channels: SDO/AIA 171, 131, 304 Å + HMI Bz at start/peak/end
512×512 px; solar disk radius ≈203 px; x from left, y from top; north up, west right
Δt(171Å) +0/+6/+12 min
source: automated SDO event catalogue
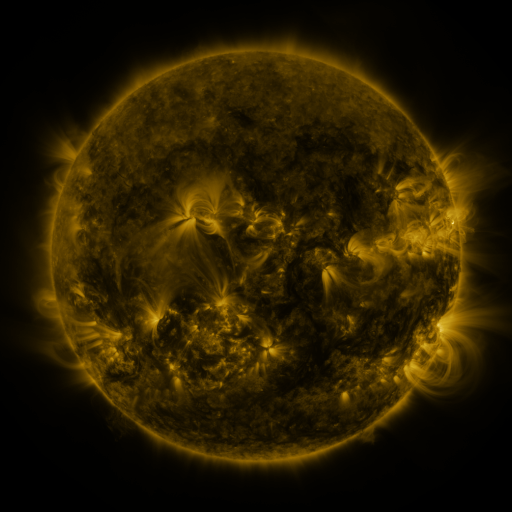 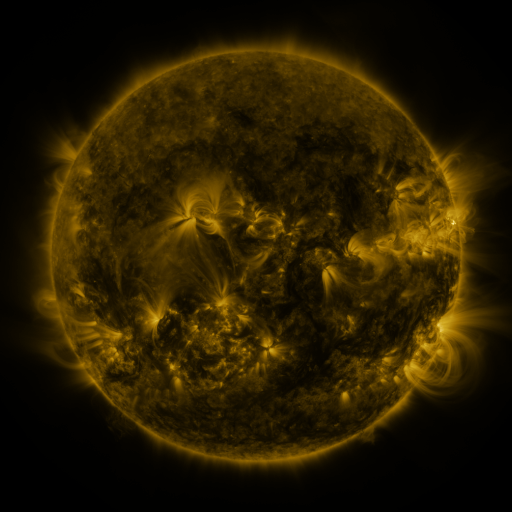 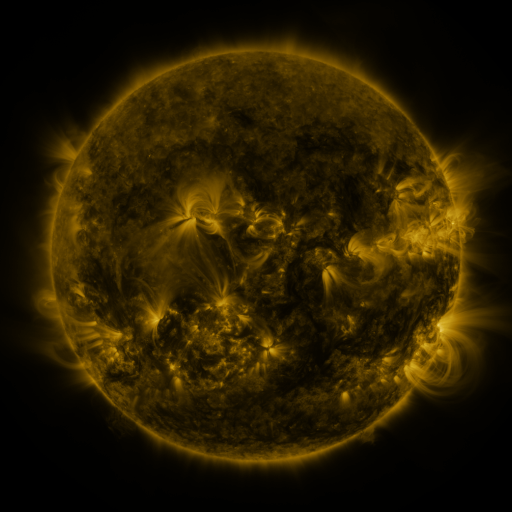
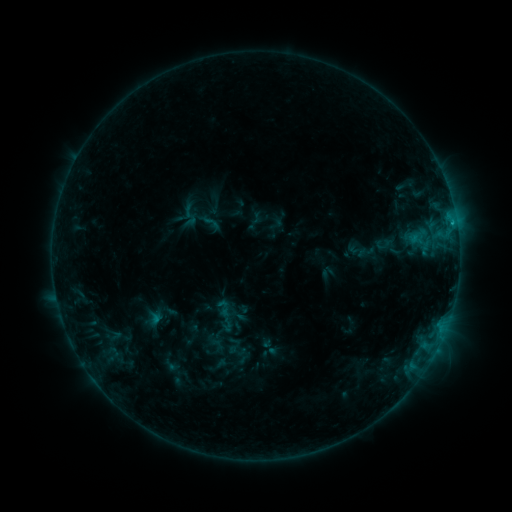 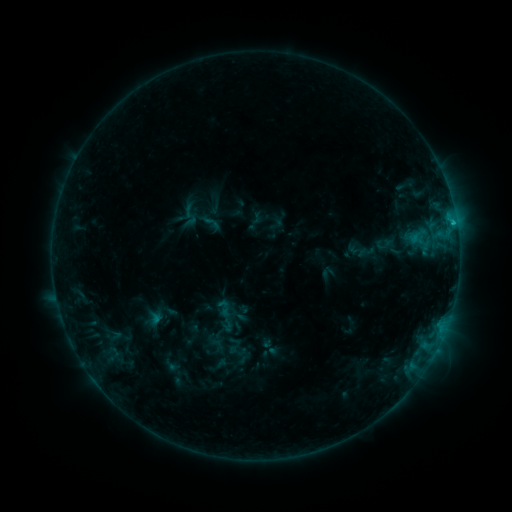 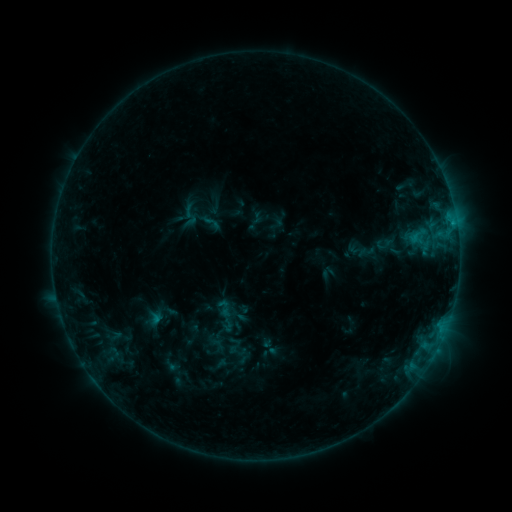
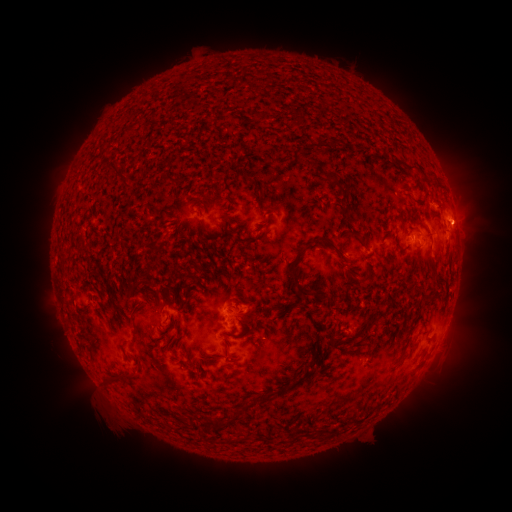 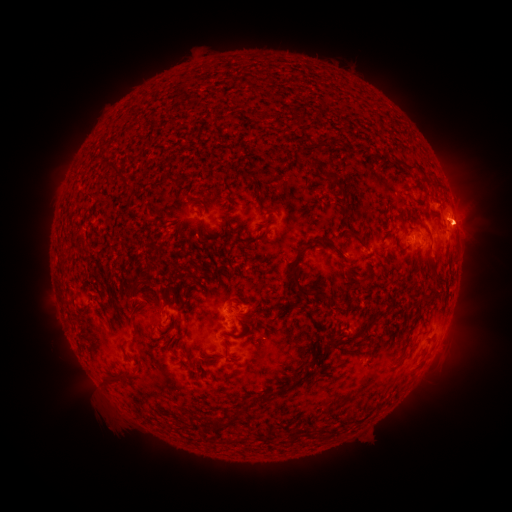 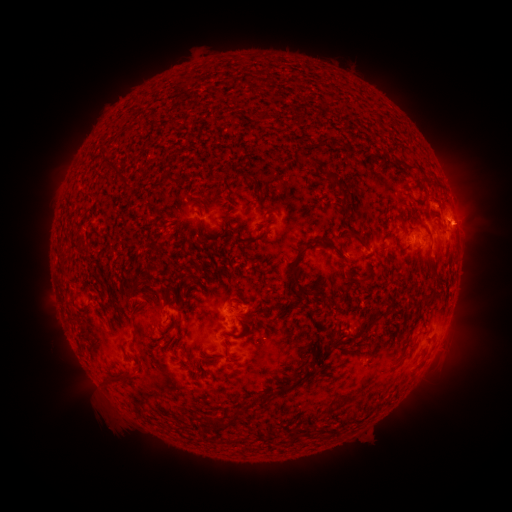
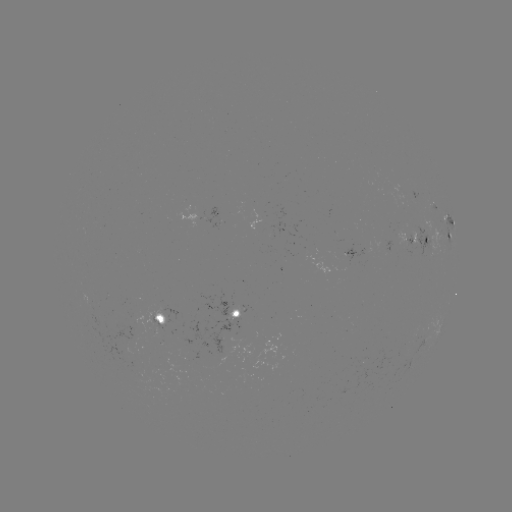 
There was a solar flare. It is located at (453, 225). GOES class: C1.0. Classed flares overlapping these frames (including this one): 1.